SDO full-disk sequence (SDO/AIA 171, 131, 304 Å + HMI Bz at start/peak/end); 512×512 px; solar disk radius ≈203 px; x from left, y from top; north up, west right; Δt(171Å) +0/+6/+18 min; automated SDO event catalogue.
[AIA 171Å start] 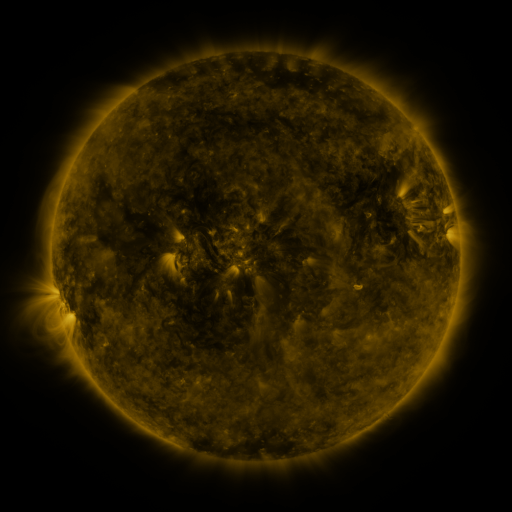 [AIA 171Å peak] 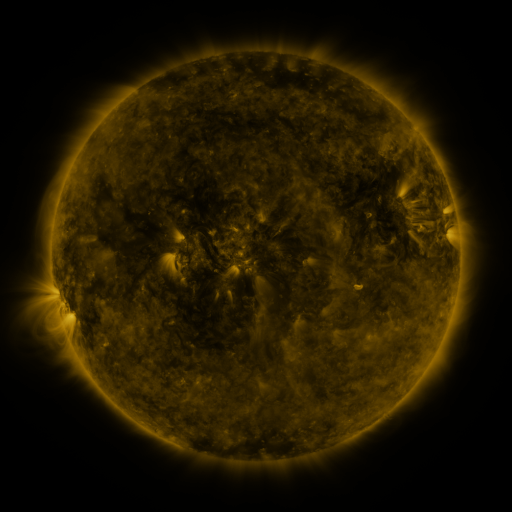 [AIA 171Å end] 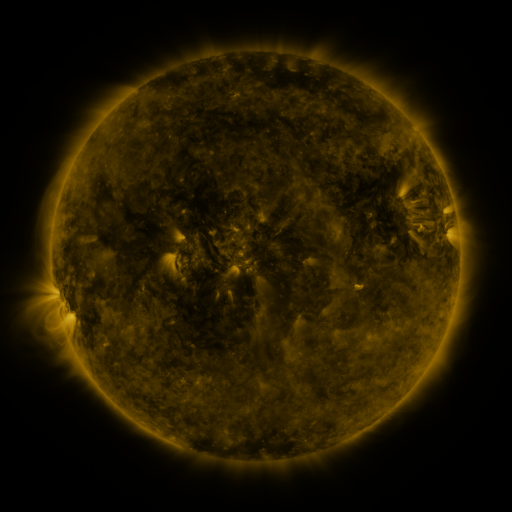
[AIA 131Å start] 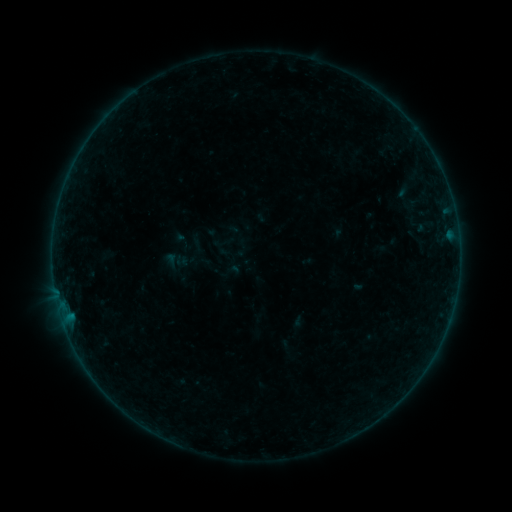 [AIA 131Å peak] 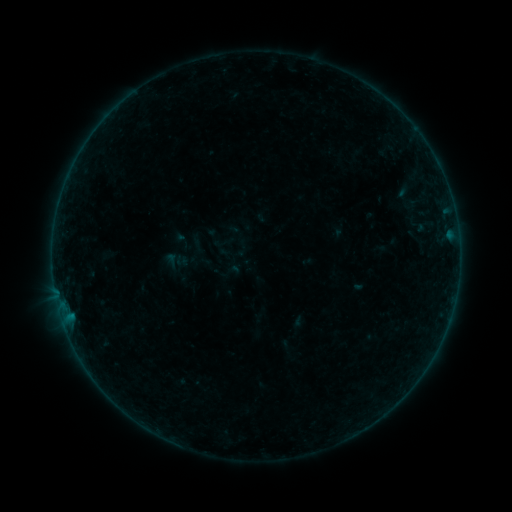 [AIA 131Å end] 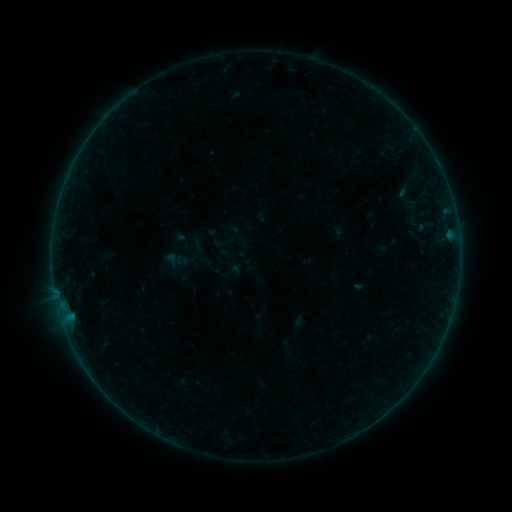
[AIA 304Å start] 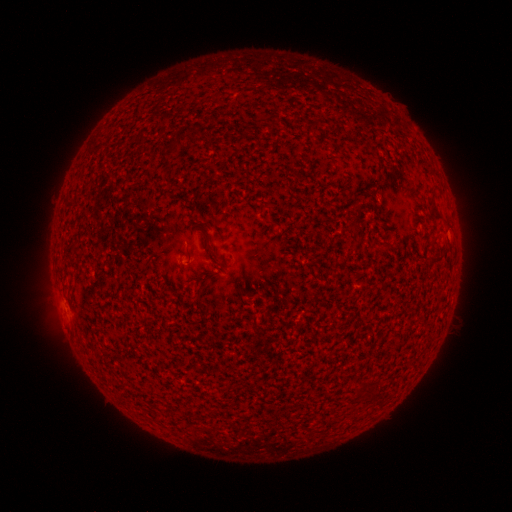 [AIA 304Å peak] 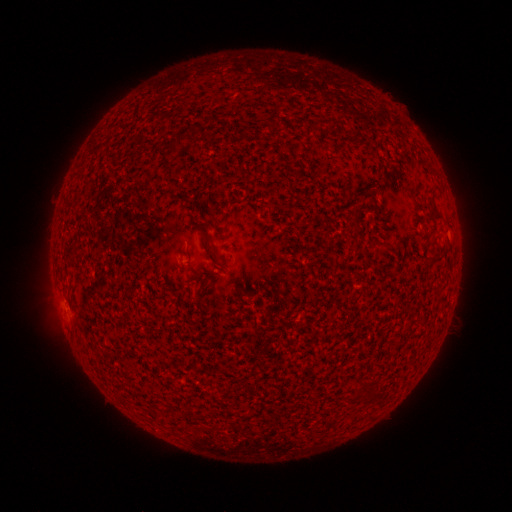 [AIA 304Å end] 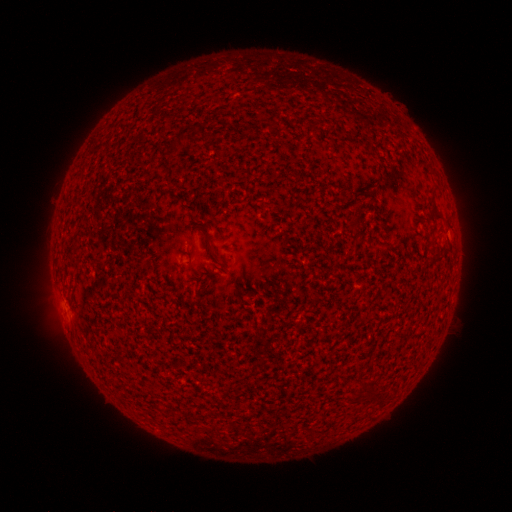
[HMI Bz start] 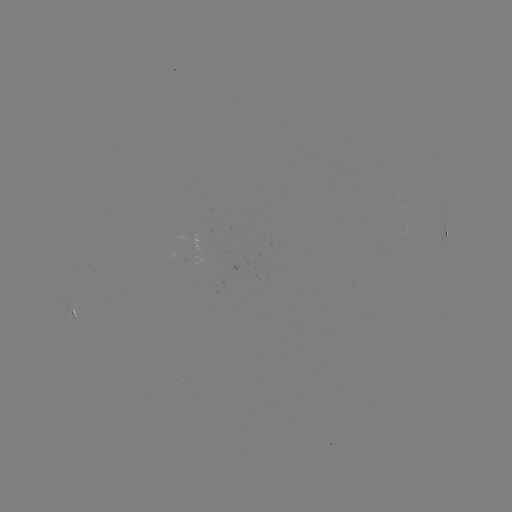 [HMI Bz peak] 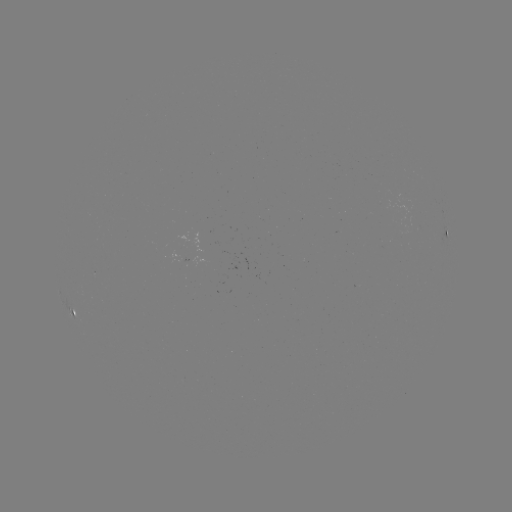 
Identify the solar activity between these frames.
nothing was catalogued: no classed flare, no EUV trigger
